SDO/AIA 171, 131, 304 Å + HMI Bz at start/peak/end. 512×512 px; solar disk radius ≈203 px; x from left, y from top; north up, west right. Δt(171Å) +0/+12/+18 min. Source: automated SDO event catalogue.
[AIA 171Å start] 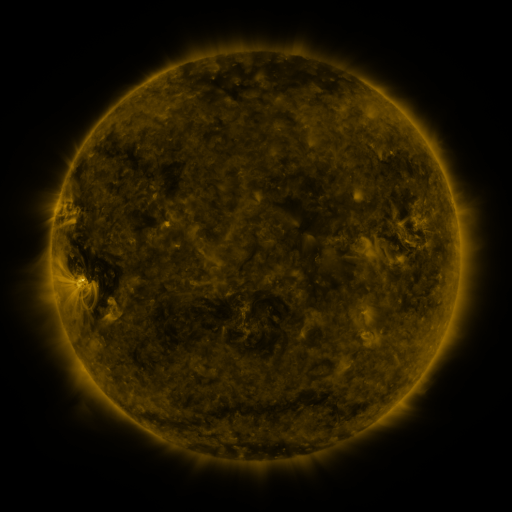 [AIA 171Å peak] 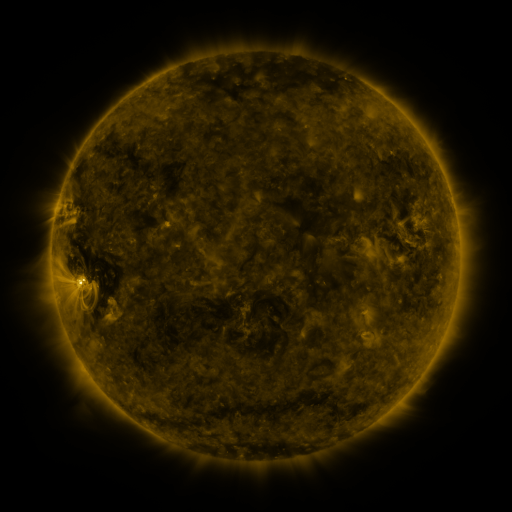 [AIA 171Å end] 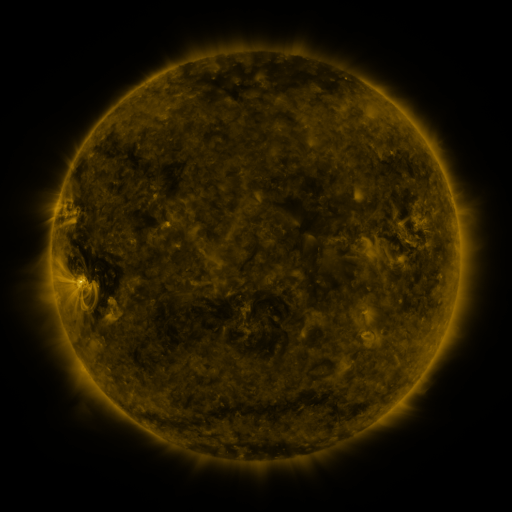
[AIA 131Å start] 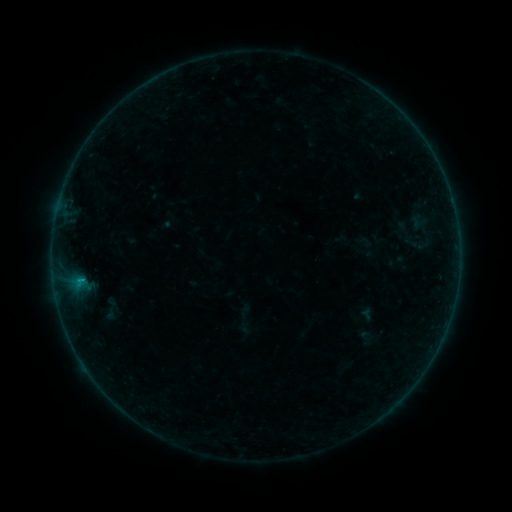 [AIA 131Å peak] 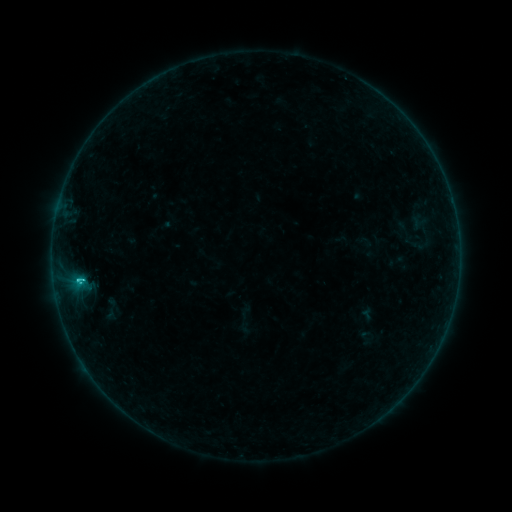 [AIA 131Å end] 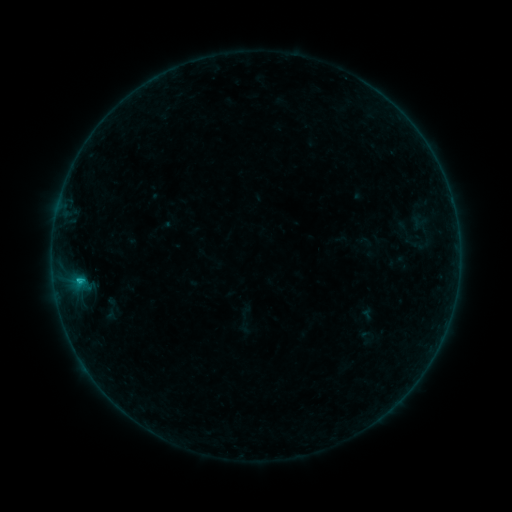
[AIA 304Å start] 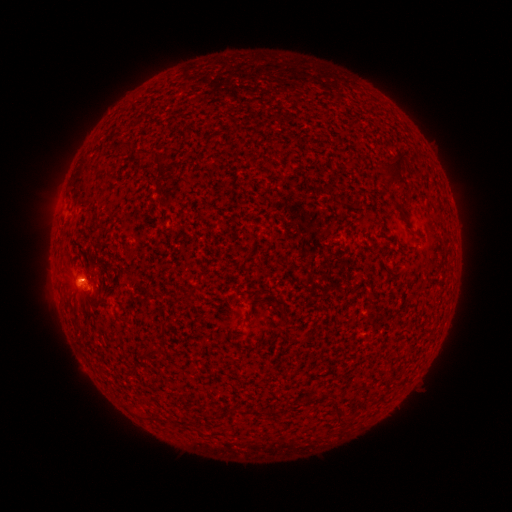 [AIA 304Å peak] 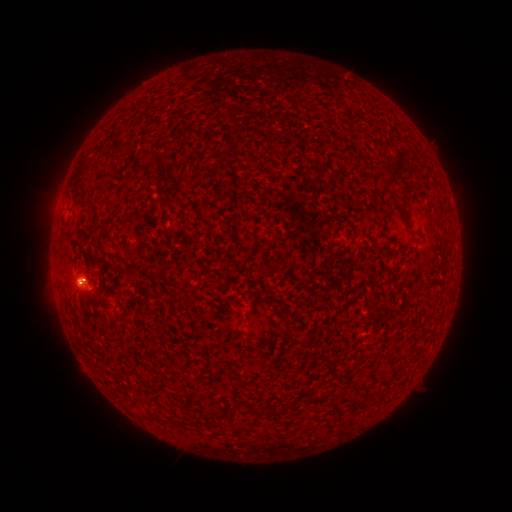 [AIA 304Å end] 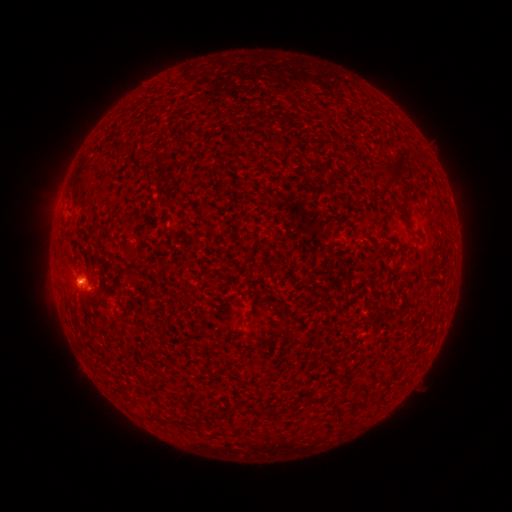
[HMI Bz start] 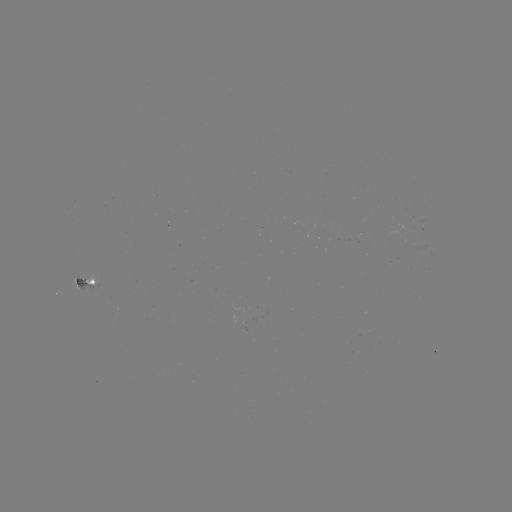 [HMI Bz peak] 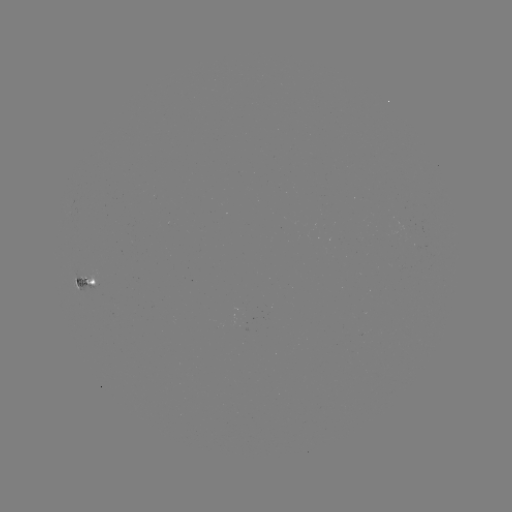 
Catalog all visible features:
C1.0 flare: (85, 280)
